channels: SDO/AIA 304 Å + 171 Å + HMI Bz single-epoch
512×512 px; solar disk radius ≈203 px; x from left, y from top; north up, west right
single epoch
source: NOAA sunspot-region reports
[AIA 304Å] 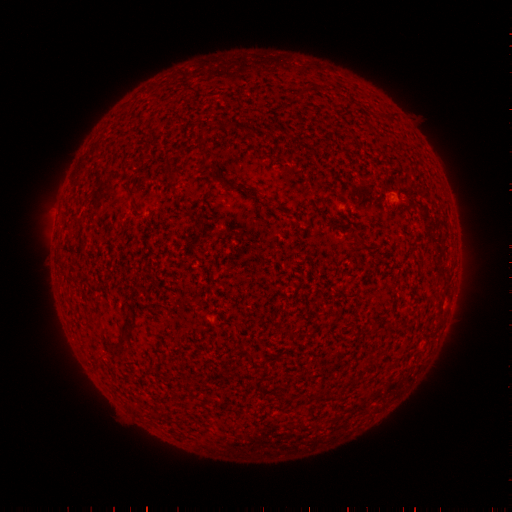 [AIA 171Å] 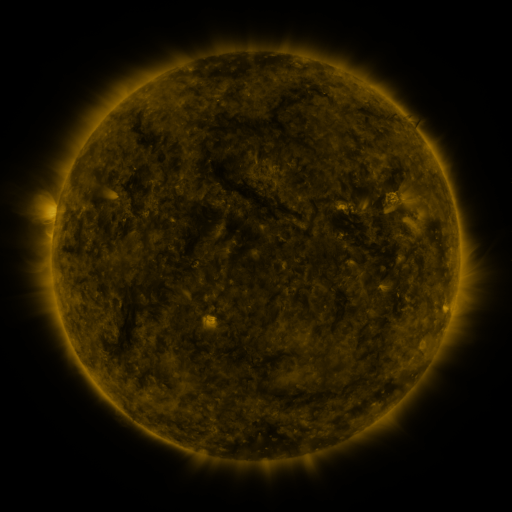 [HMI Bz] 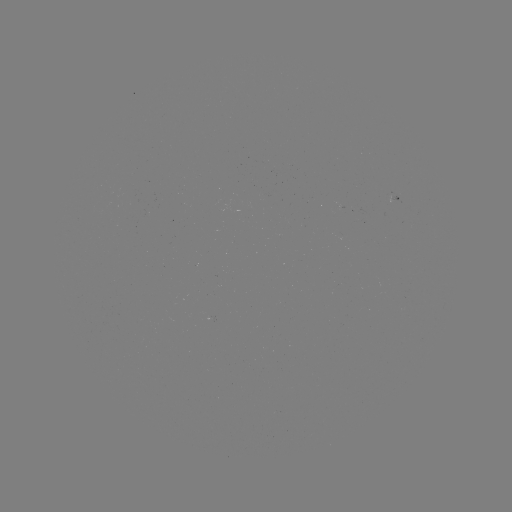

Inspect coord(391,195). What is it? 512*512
spotted active region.